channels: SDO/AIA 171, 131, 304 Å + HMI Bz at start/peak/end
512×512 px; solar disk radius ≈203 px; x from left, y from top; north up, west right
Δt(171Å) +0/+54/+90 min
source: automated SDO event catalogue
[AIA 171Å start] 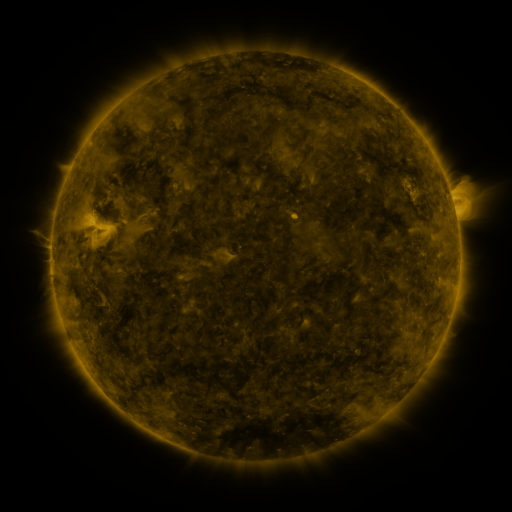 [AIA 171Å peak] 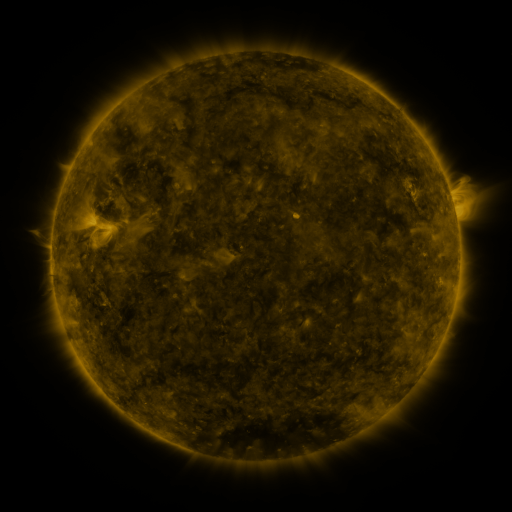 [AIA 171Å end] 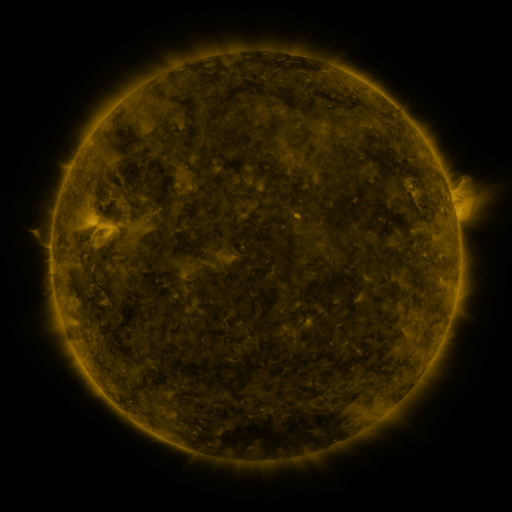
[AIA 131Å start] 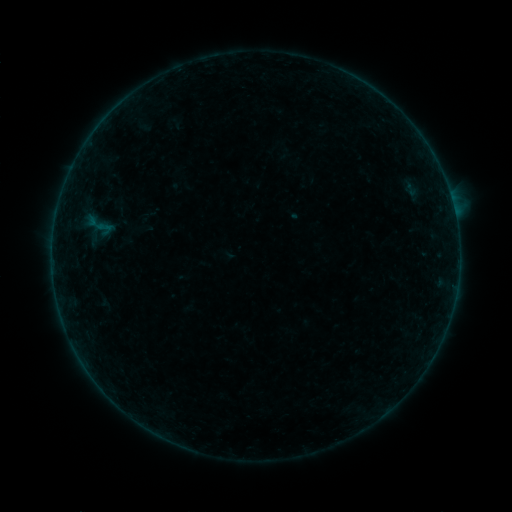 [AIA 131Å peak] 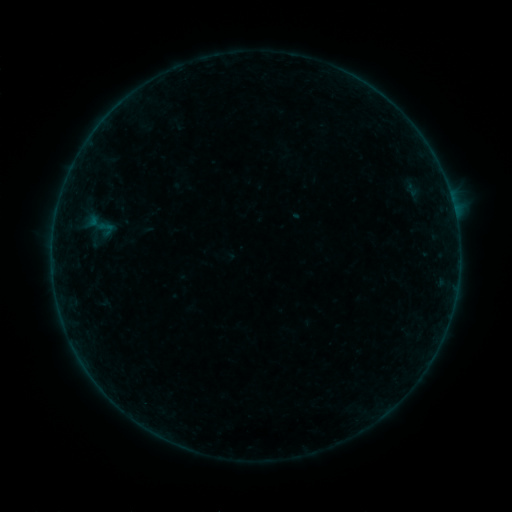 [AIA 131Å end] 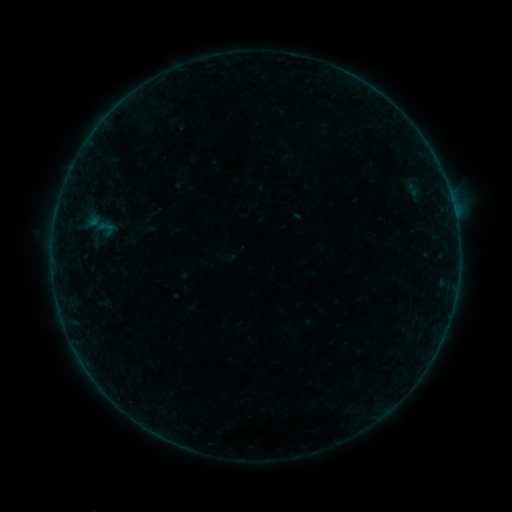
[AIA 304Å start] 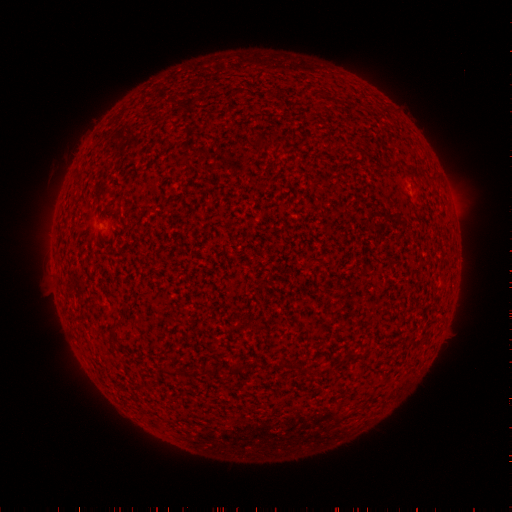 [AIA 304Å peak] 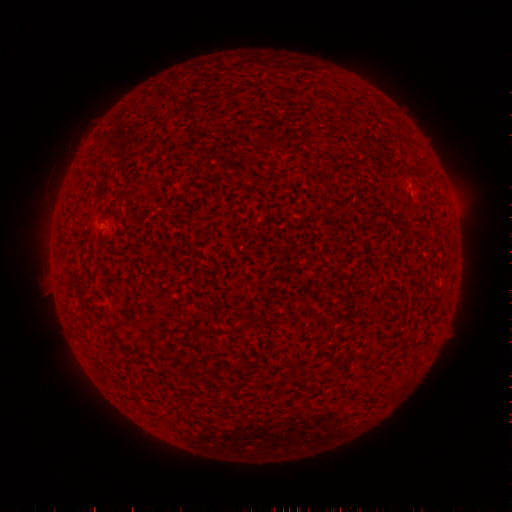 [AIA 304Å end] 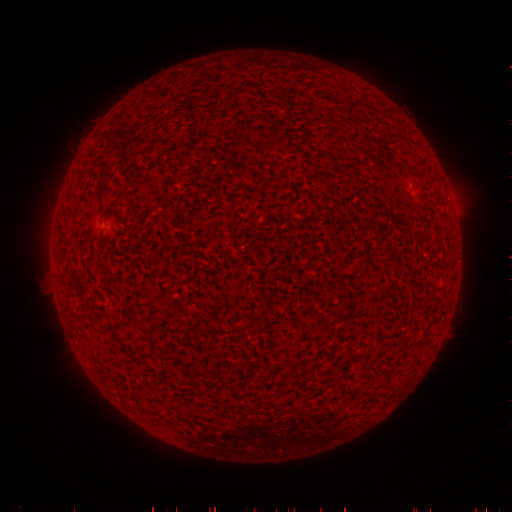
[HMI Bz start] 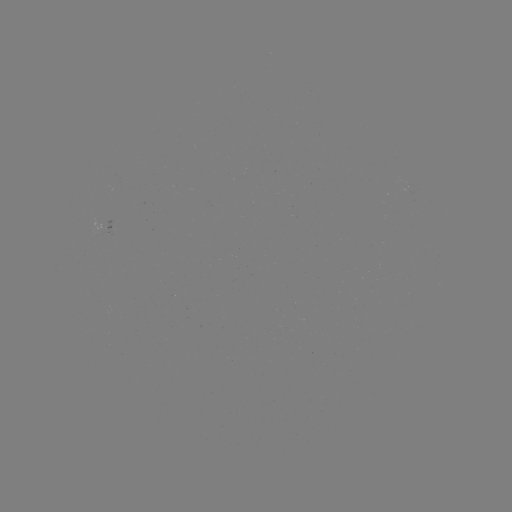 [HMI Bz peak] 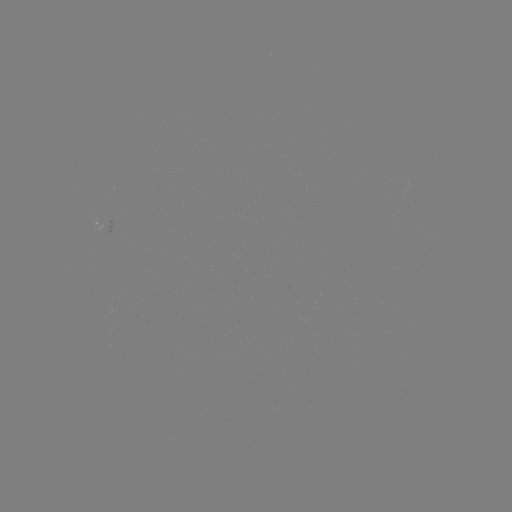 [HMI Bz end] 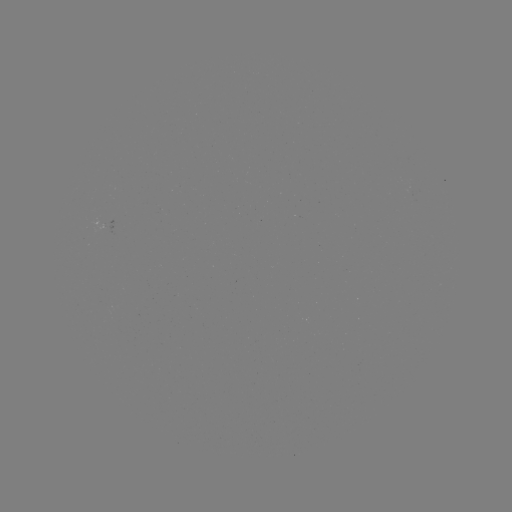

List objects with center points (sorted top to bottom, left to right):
emerging-flux region: (372, 134)
